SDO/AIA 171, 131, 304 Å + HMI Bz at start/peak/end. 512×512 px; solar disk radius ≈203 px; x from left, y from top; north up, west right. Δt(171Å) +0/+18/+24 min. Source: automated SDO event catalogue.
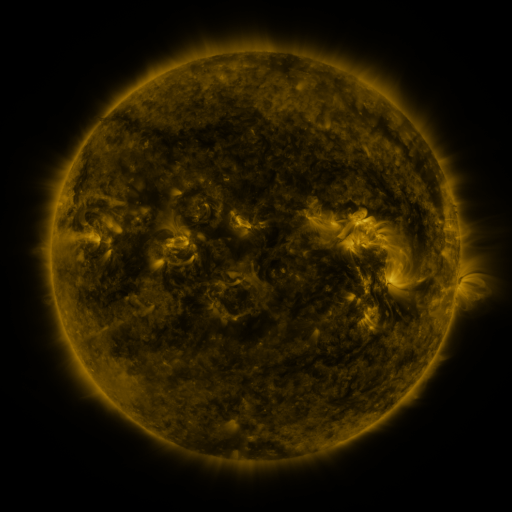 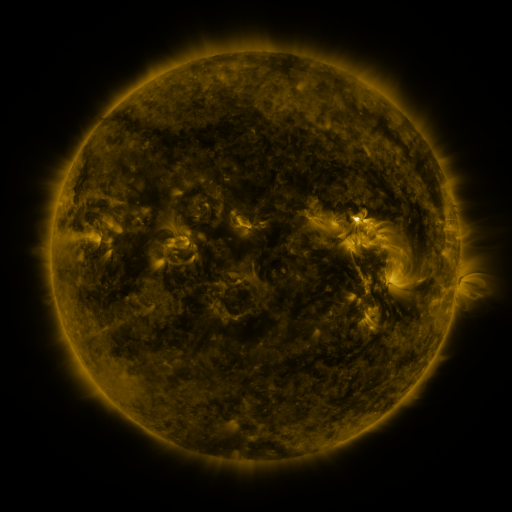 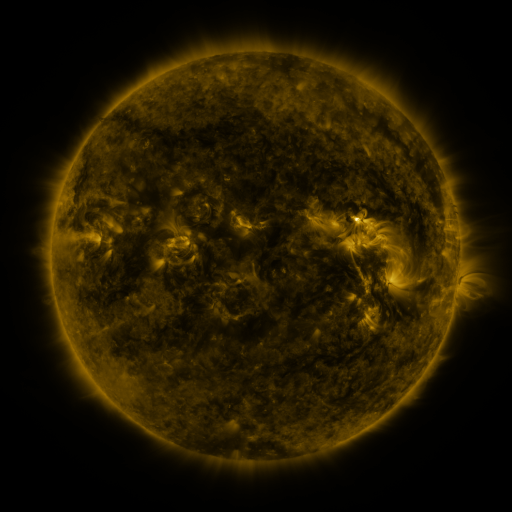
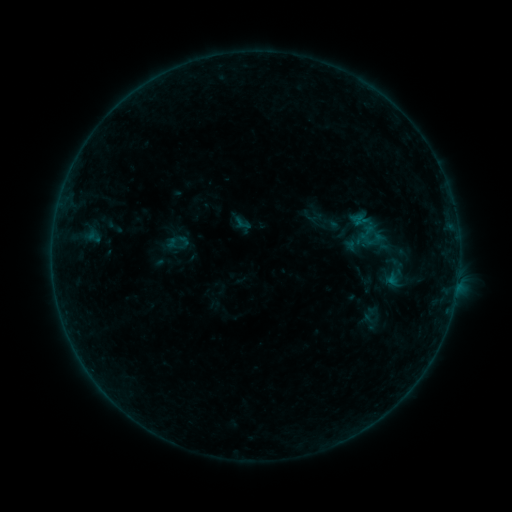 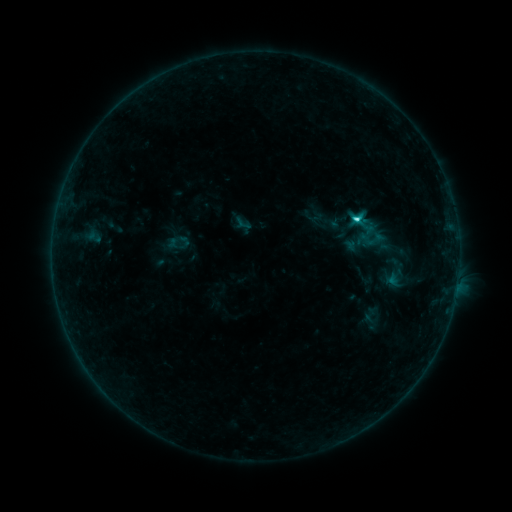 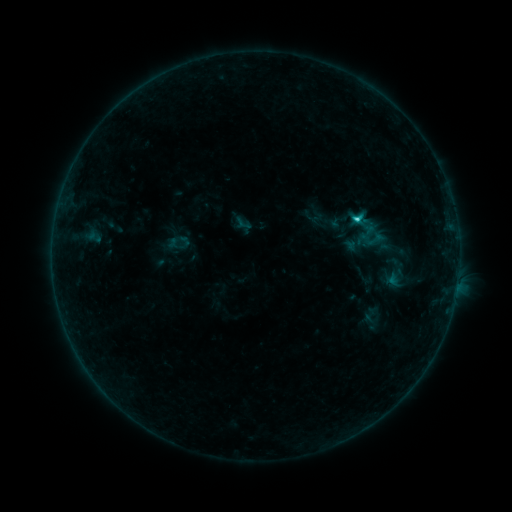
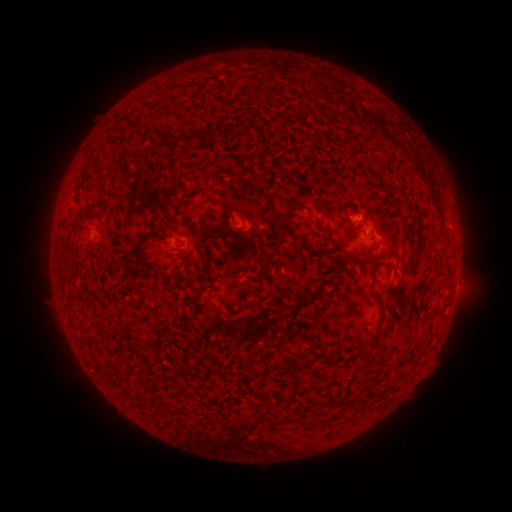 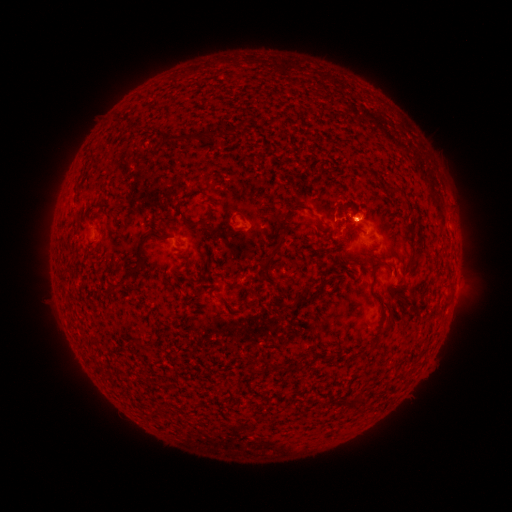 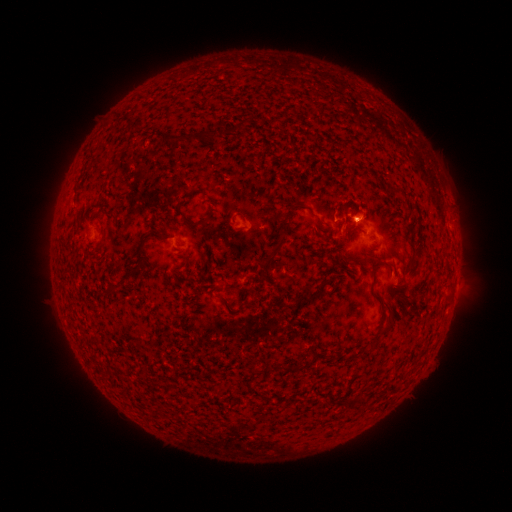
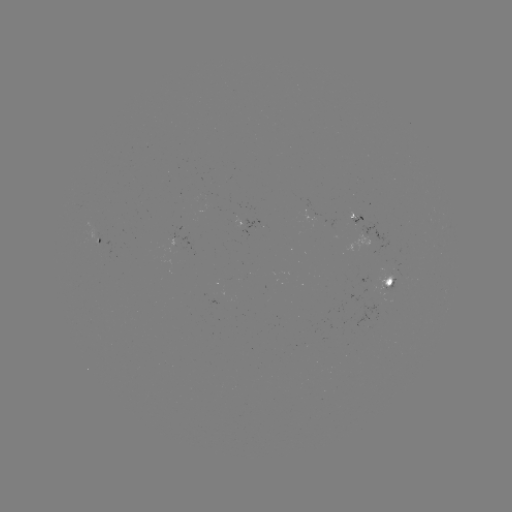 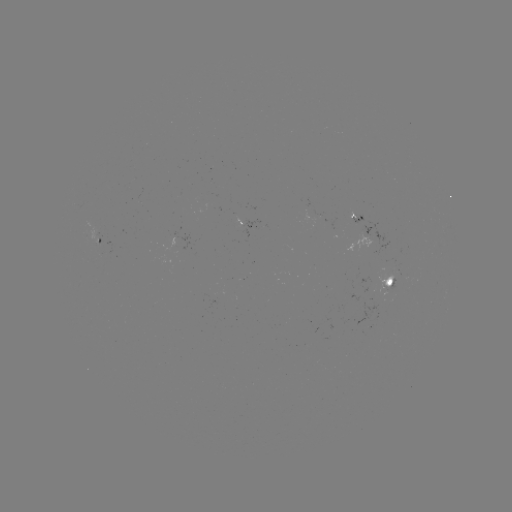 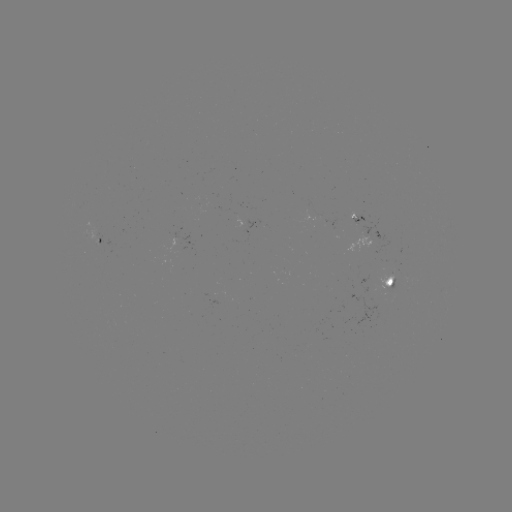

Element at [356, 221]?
C1.7 flare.